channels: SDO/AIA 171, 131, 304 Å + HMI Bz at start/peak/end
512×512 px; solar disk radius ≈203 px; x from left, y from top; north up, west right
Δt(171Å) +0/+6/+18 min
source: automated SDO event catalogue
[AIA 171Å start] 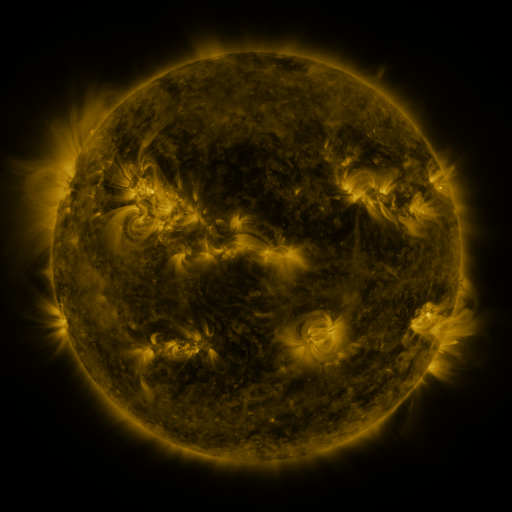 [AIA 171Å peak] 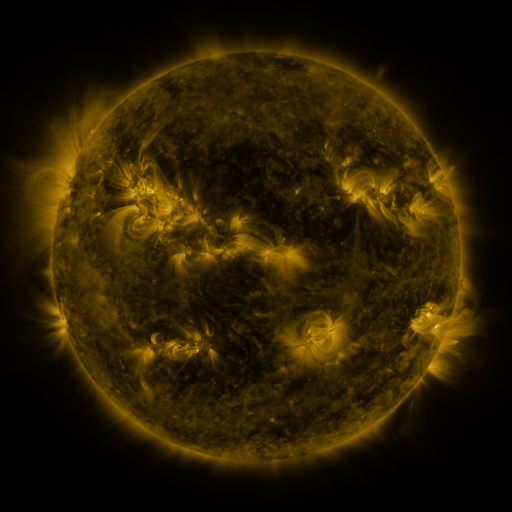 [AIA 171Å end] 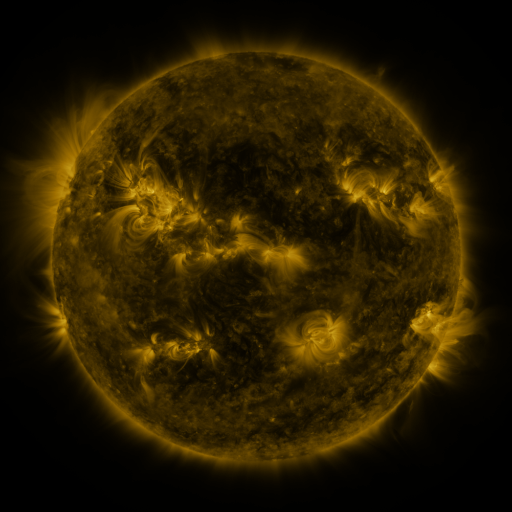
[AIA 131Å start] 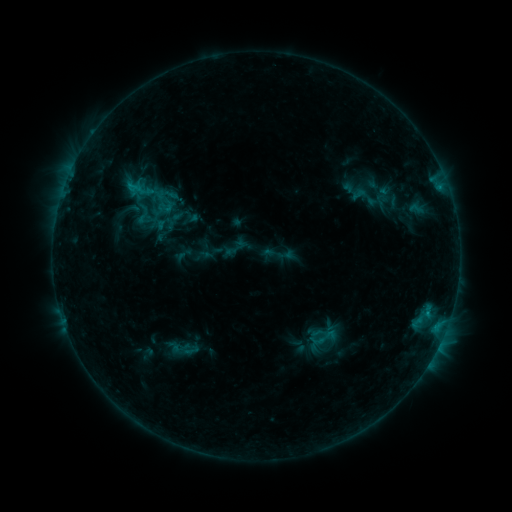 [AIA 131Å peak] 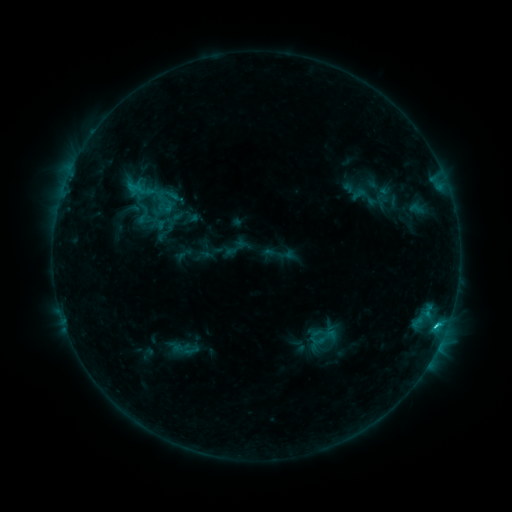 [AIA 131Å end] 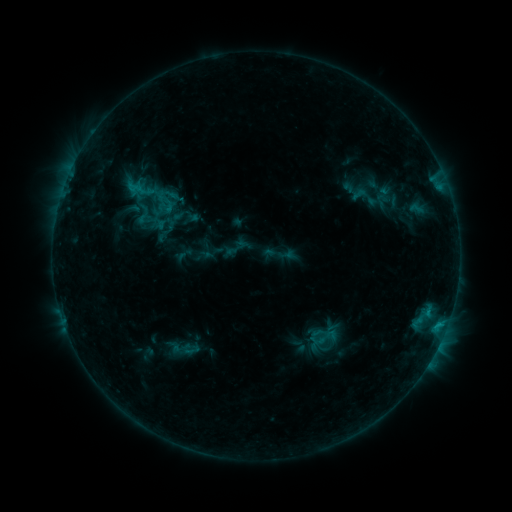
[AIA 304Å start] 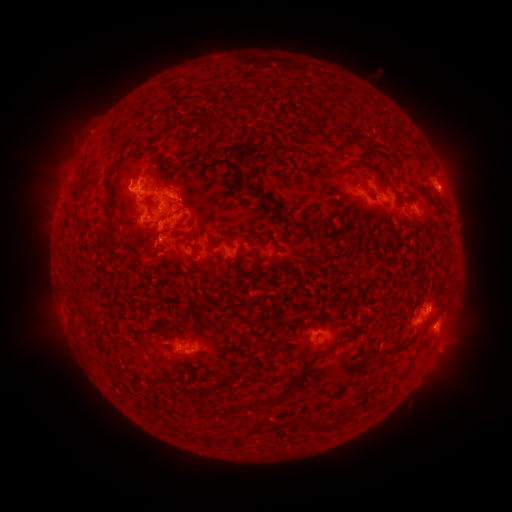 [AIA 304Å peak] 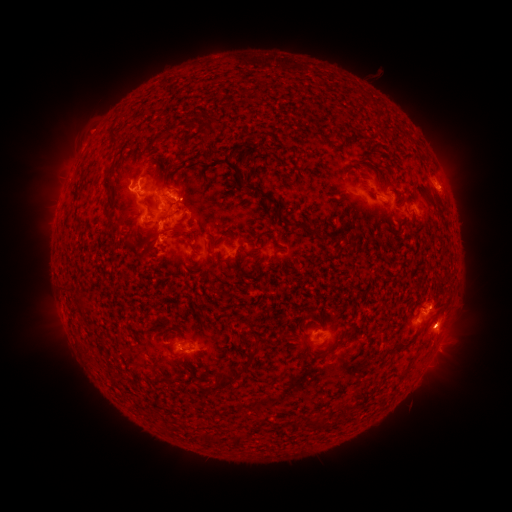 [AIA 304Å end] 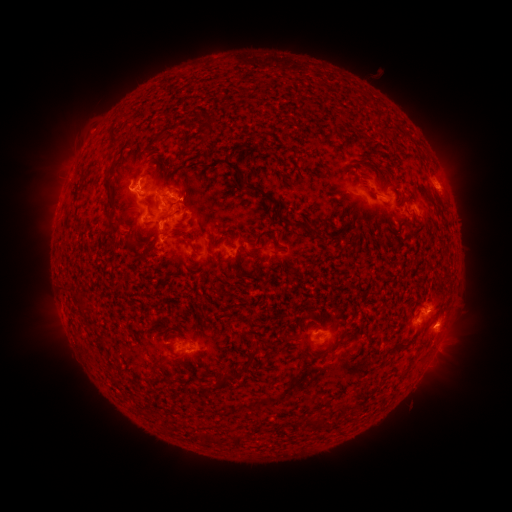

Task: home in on eruption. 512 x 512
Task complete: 452,324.